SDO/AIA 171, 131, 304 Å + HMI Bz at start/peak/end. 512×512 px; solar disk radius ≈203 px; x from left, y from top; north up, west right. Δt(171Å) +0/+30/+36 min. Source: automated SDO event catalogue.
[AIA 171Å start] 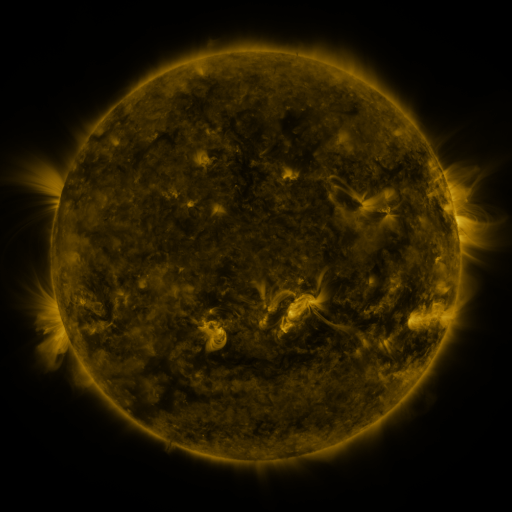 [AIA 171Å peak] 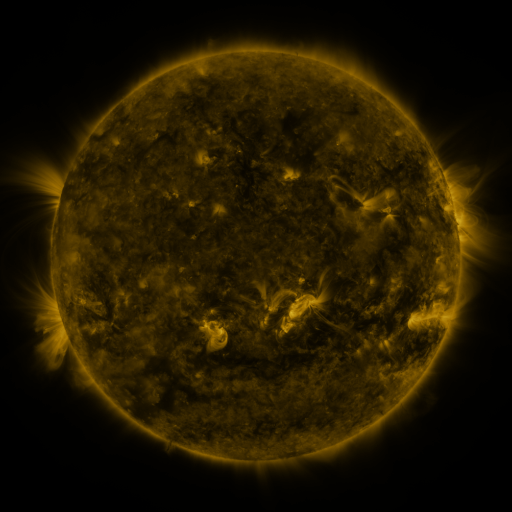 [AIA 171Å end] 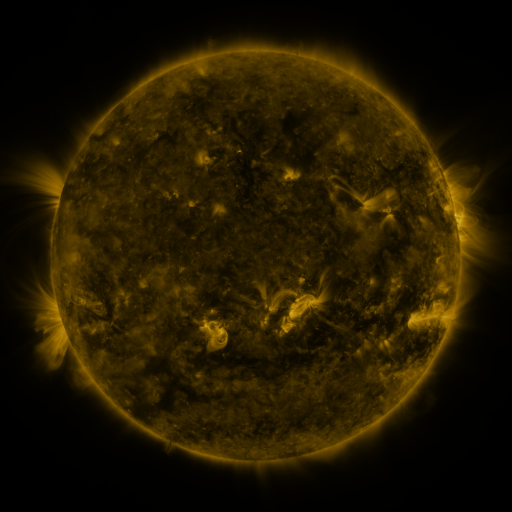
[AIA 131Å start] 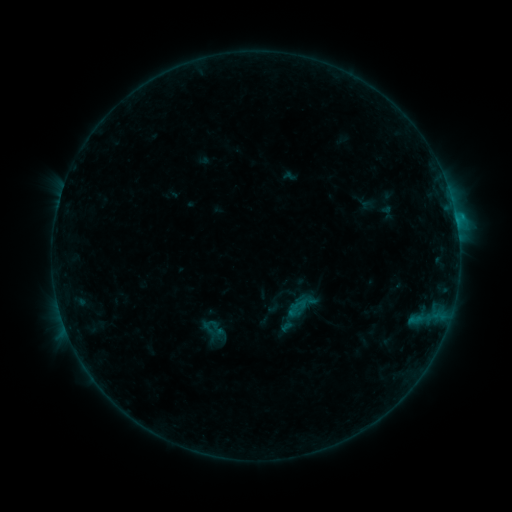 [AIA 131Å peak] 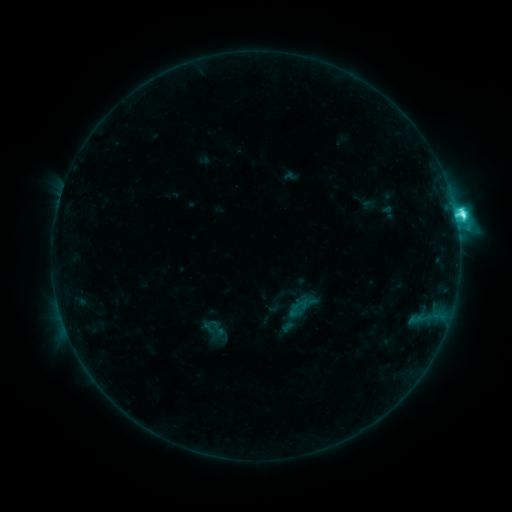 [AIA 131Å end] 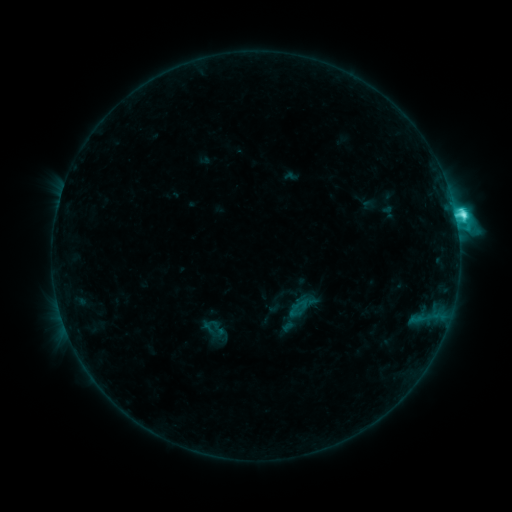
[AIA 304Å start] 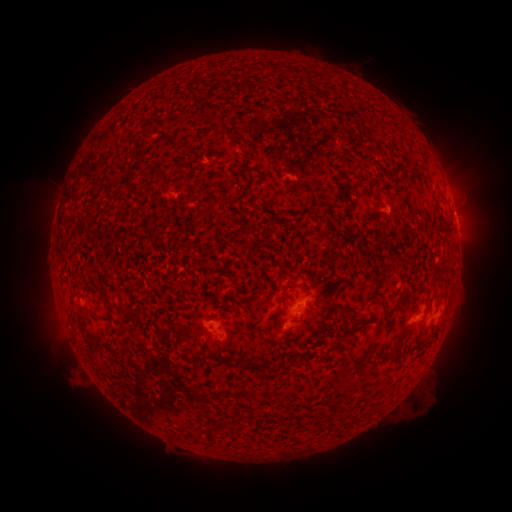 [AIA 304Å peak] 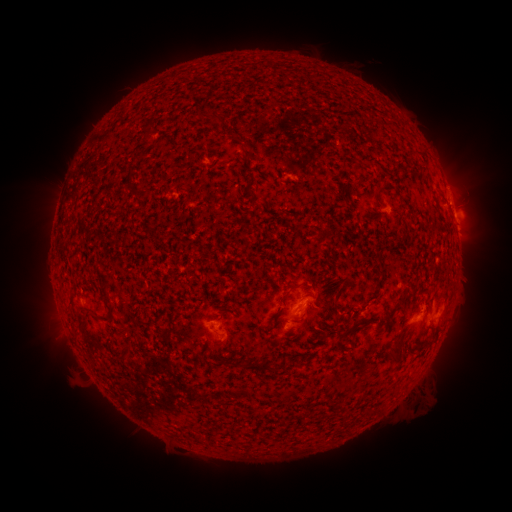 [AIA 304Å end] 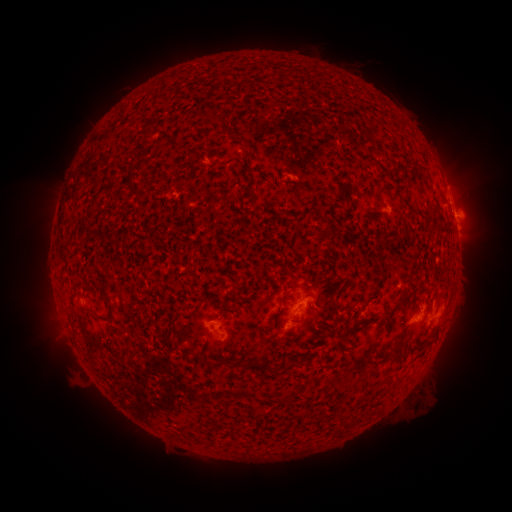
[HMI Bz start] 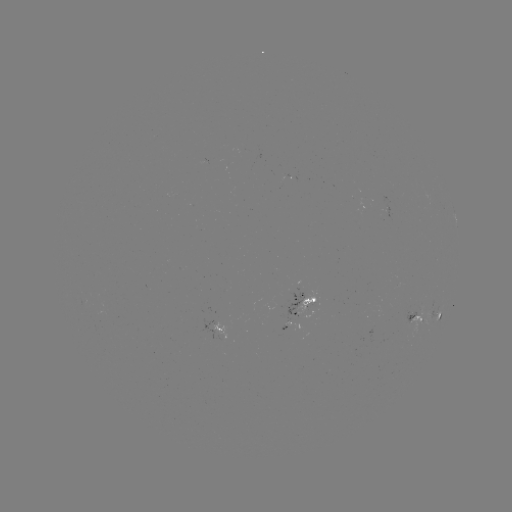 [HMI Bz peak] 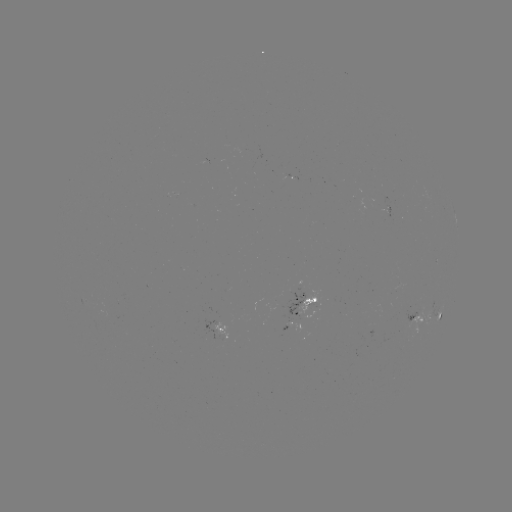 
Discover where C6.5 flare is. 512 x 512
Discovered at (455, 216).